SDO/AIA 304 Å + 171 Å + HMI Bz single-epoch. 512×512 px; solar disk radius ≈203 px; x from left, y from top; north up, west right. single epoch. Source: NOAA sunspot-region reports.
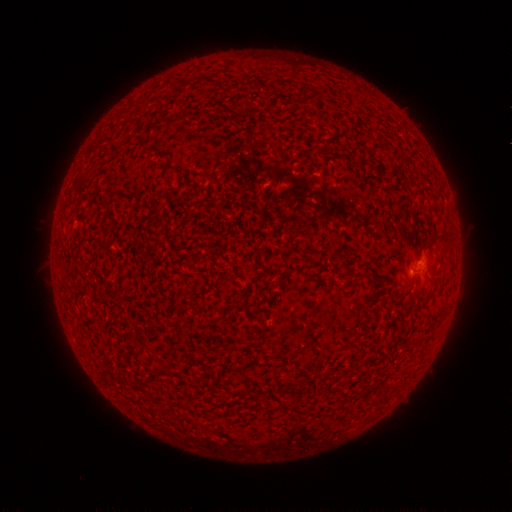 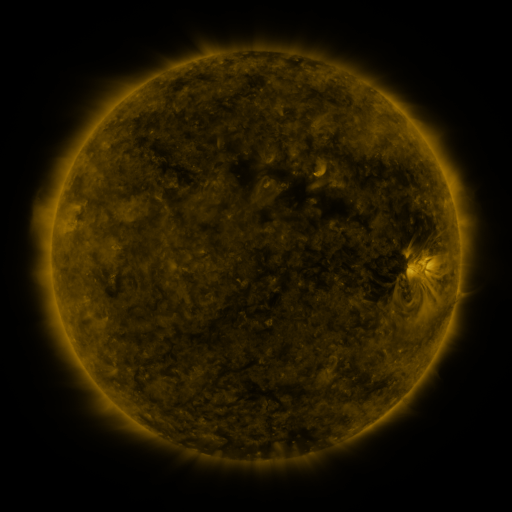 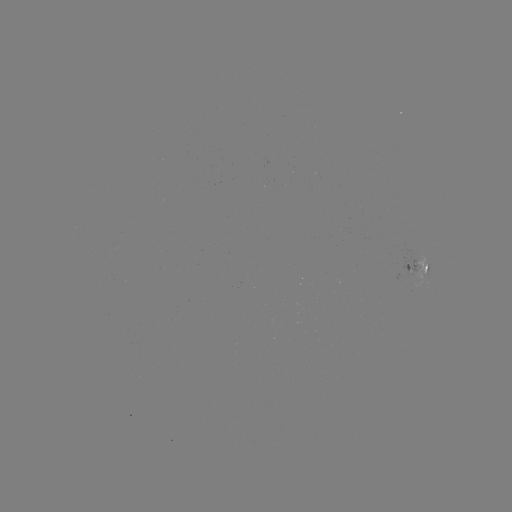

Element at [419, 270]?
spotted active region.